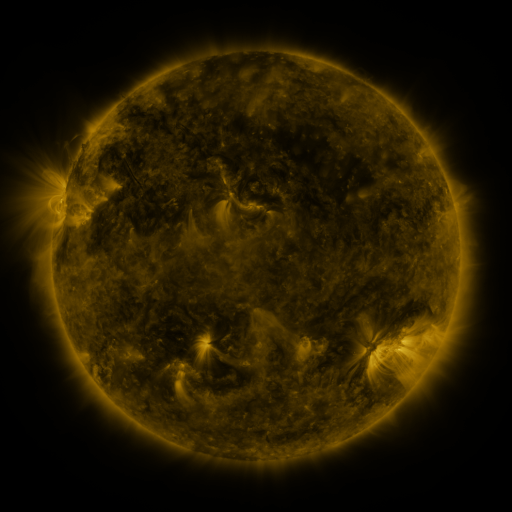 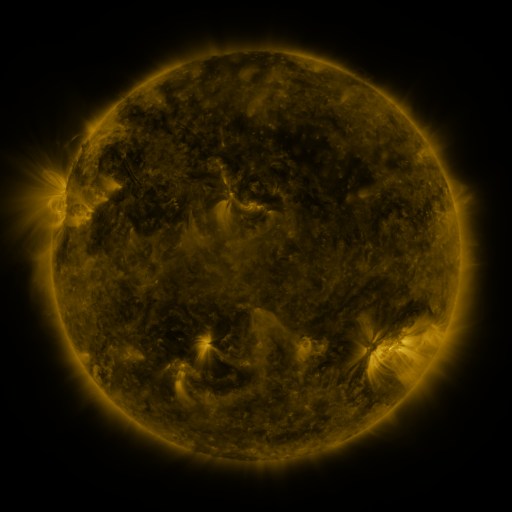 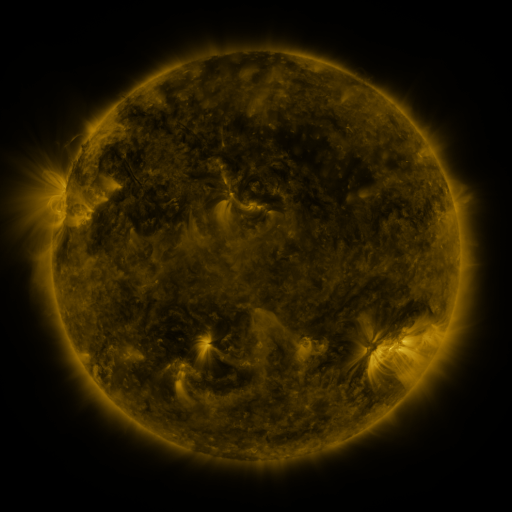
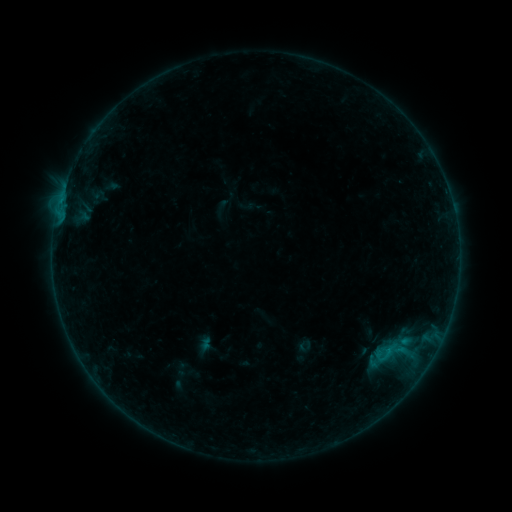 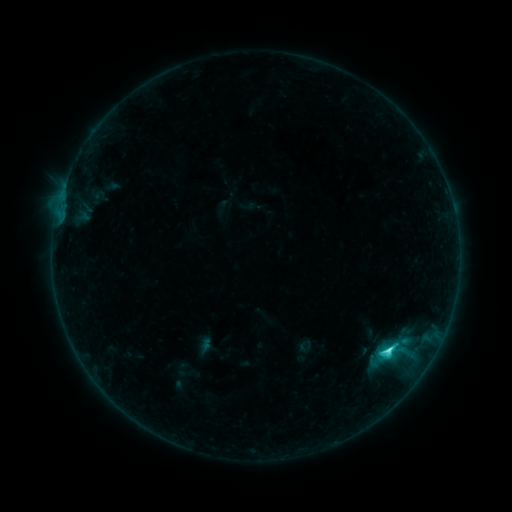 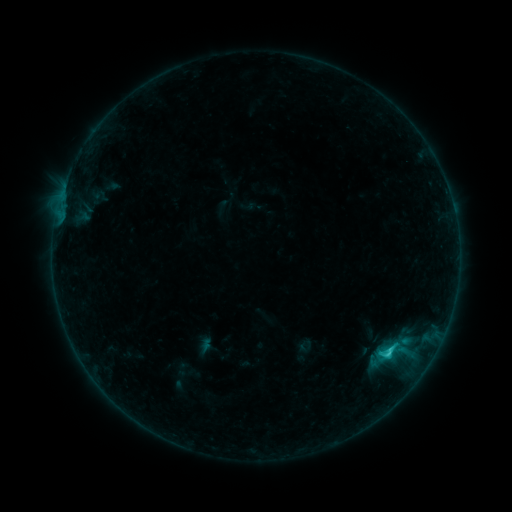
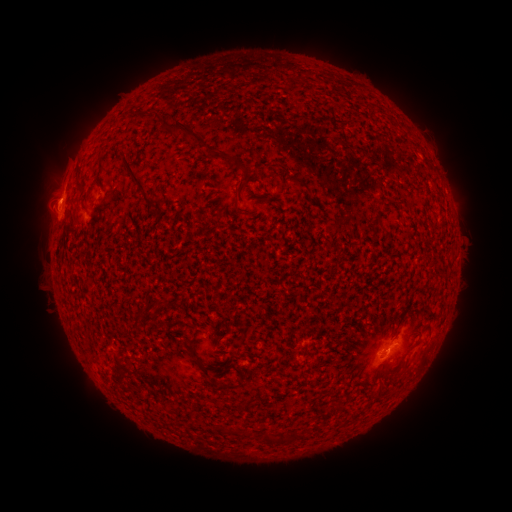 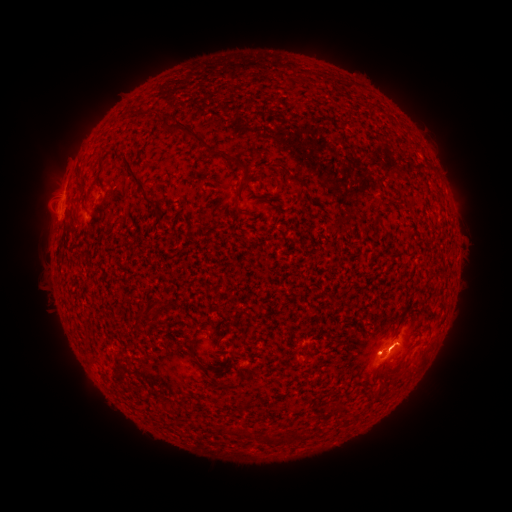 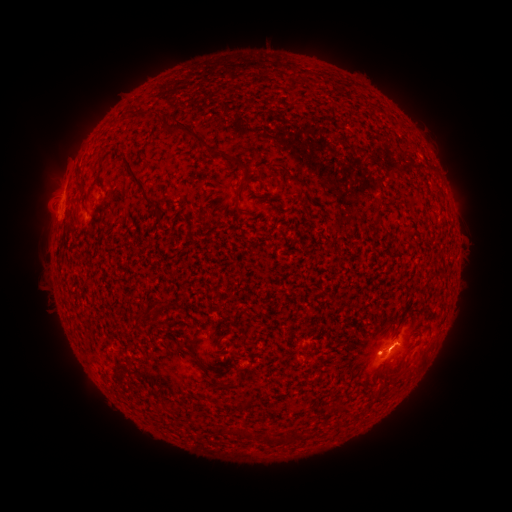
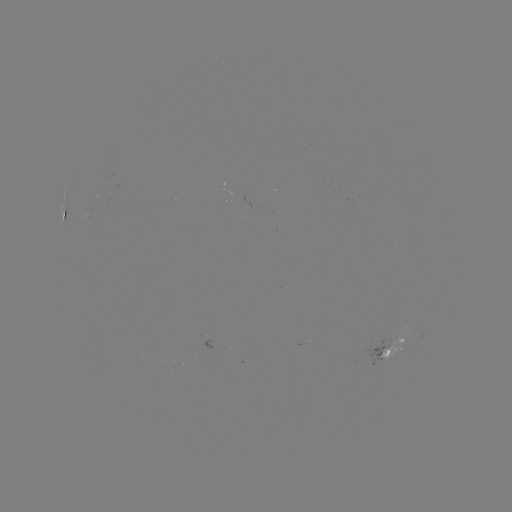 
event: flare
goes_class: C2.8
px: (388, 348)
